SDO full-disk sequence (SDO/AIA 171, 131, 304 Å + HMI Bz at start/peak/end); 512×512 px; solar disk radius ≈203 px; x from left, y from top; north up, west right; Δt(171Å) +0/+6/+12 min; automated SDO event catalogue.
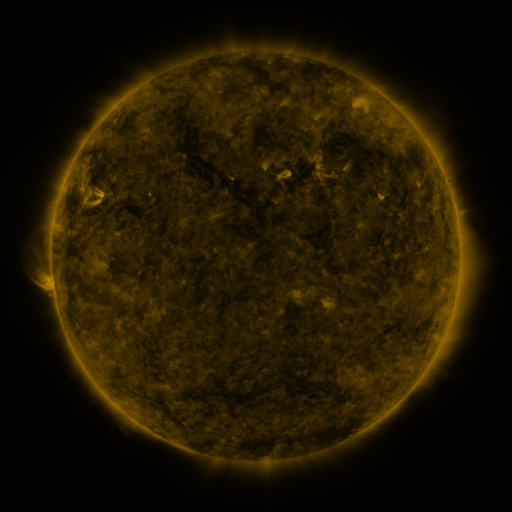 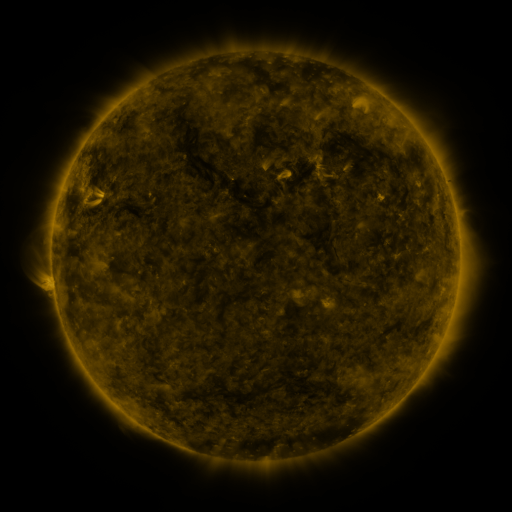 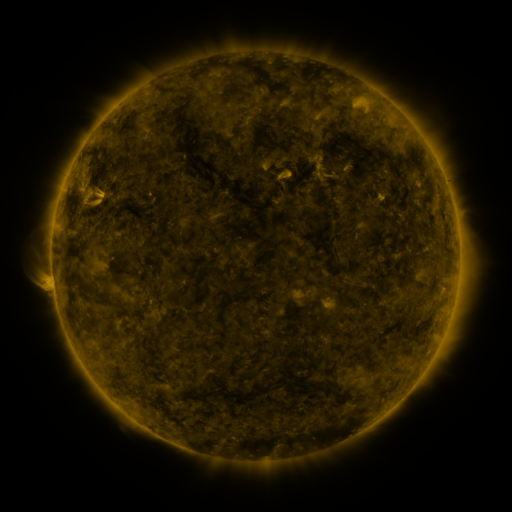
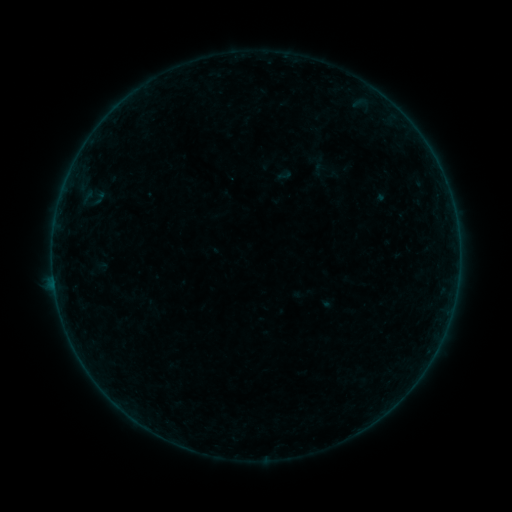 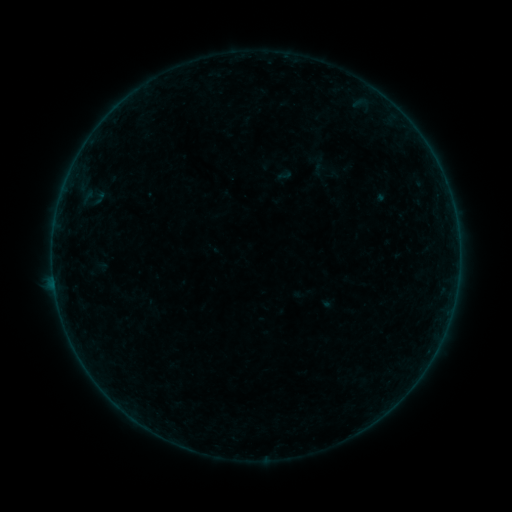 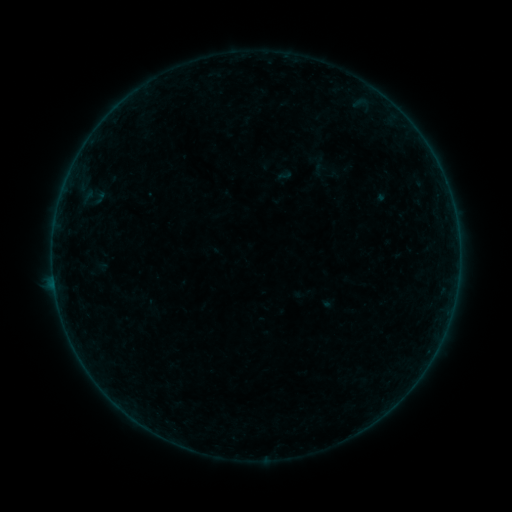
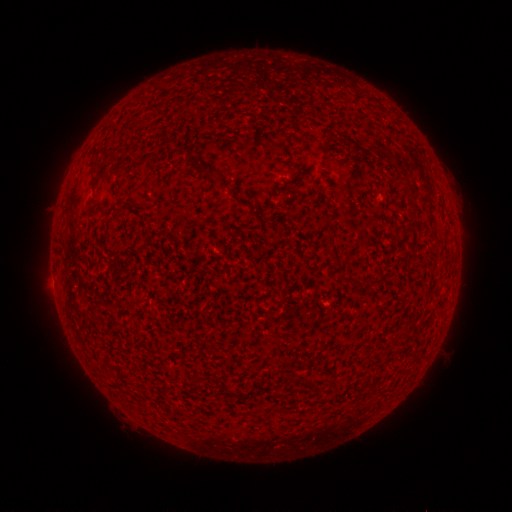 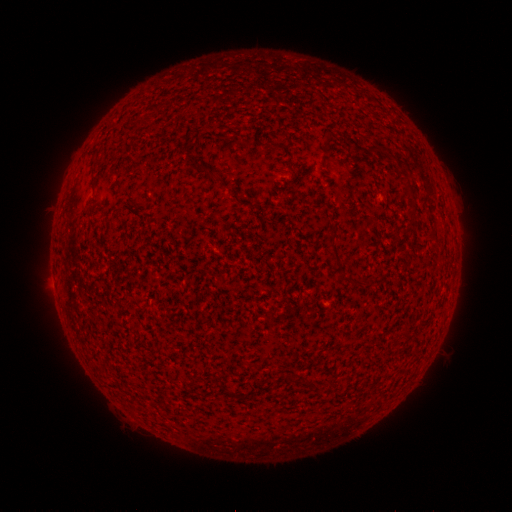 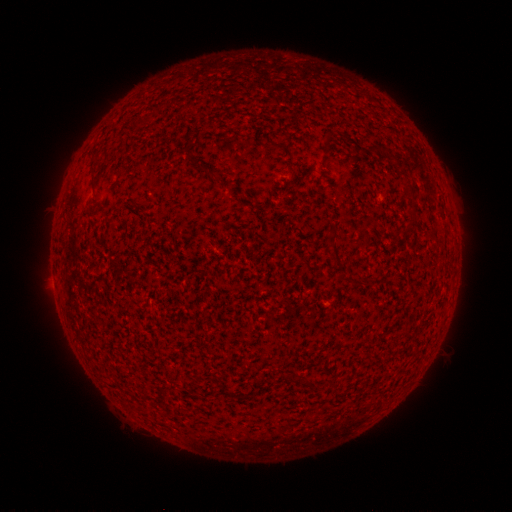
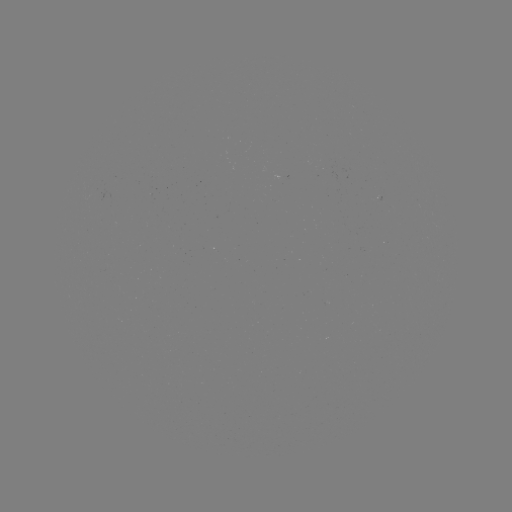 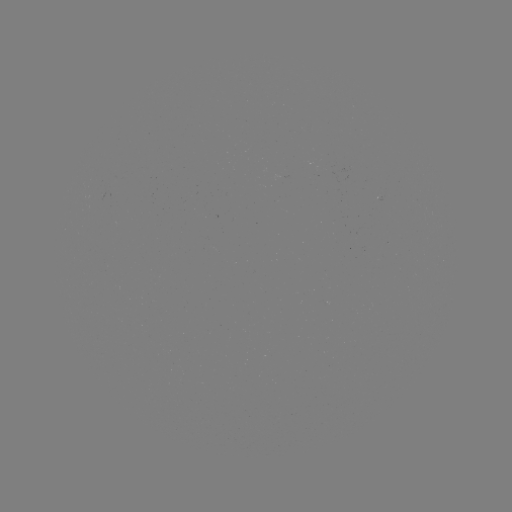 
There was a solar flare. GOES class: B2.4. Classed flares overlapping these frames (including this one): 1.